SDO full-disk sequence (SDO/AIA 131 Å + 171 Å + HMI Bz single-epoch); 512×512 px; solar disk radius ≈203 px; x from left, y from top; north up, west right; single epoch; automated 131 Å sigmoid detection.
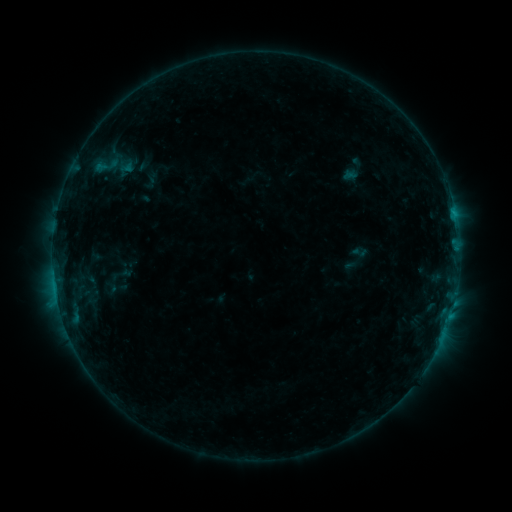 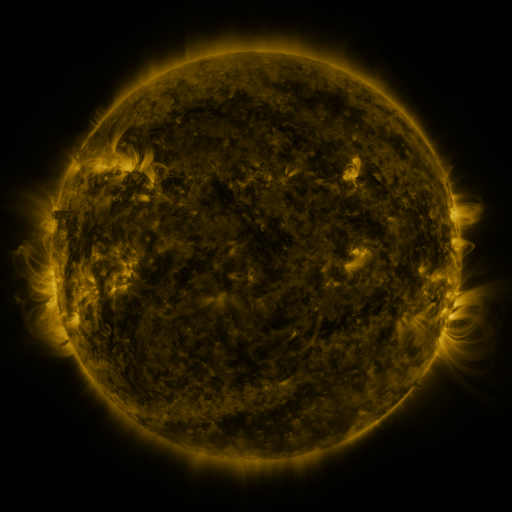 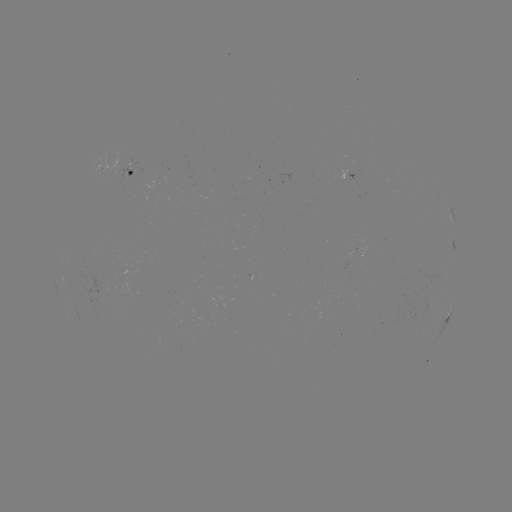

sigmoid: [351, 242, 368, 262]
